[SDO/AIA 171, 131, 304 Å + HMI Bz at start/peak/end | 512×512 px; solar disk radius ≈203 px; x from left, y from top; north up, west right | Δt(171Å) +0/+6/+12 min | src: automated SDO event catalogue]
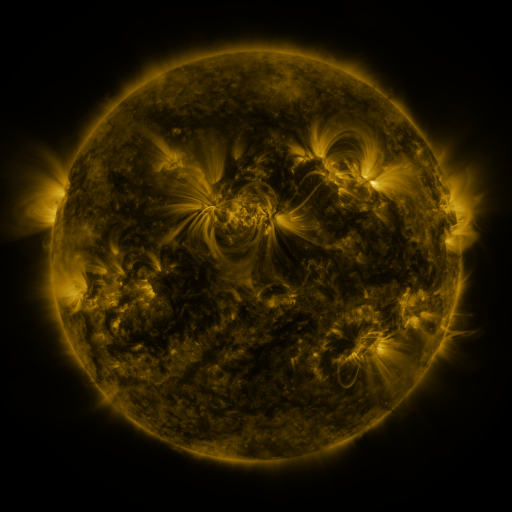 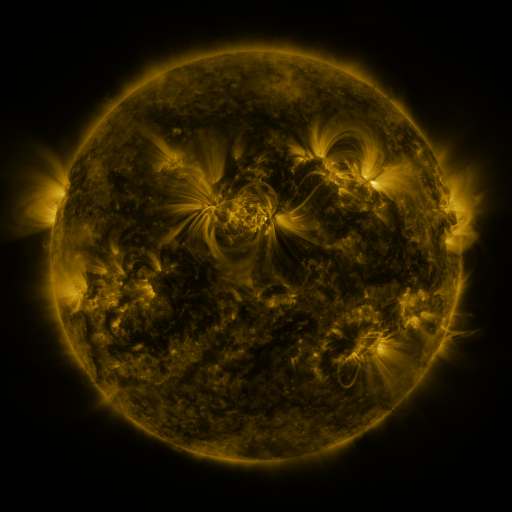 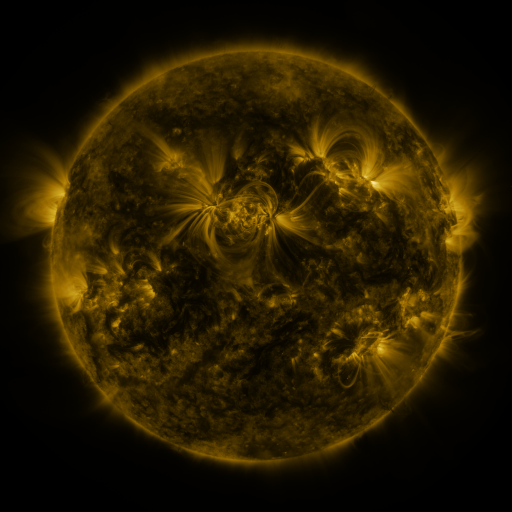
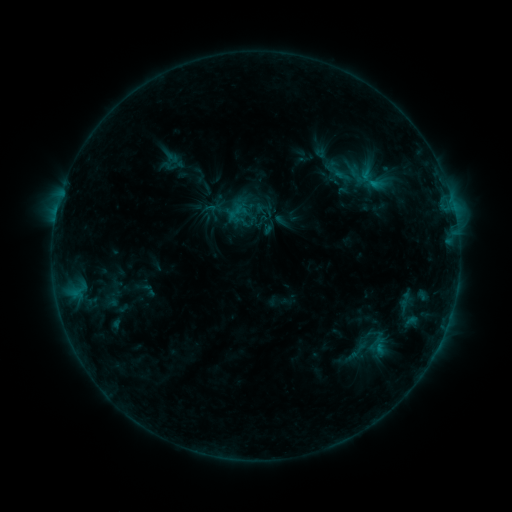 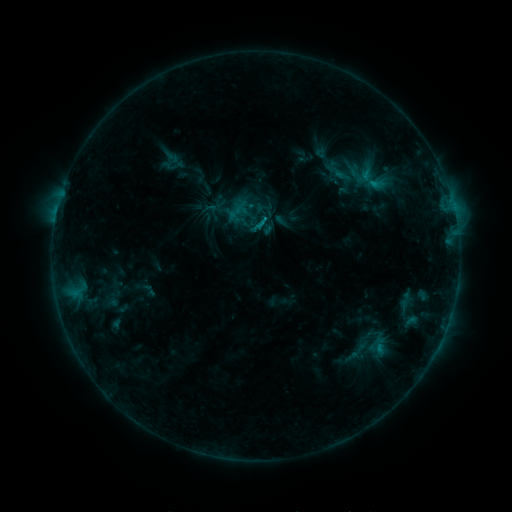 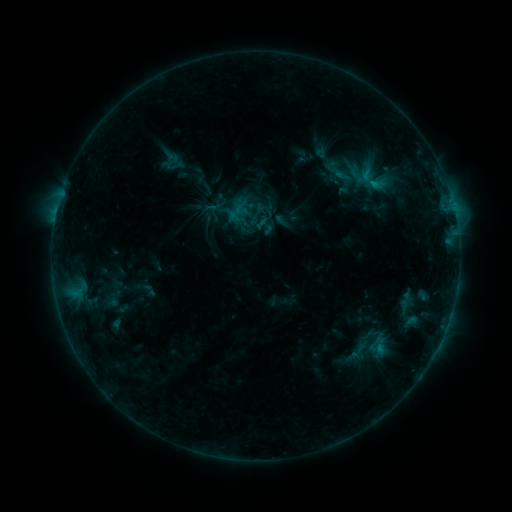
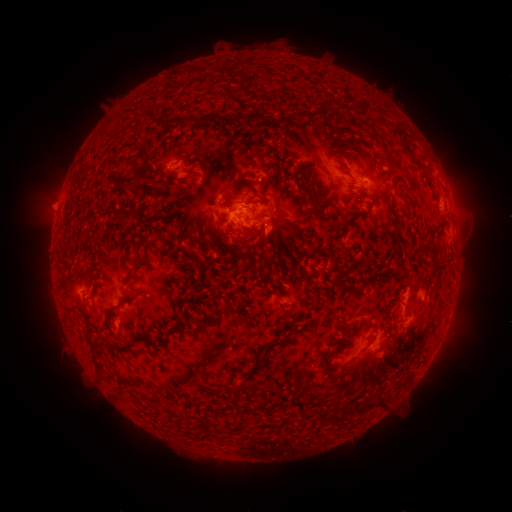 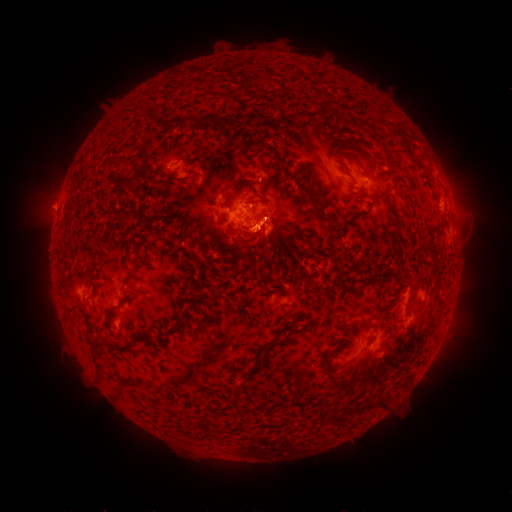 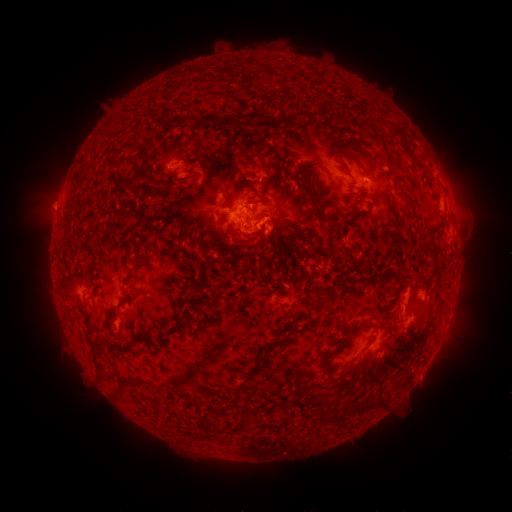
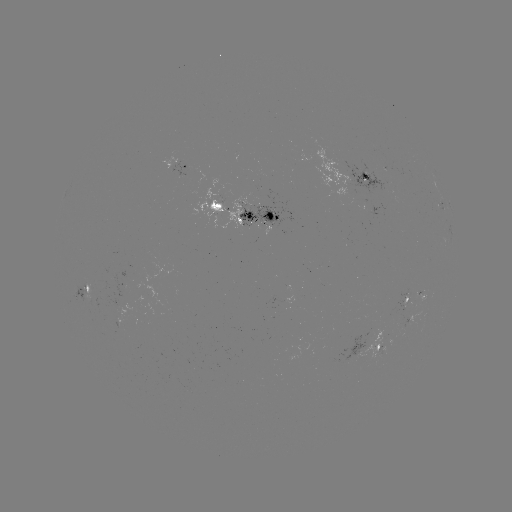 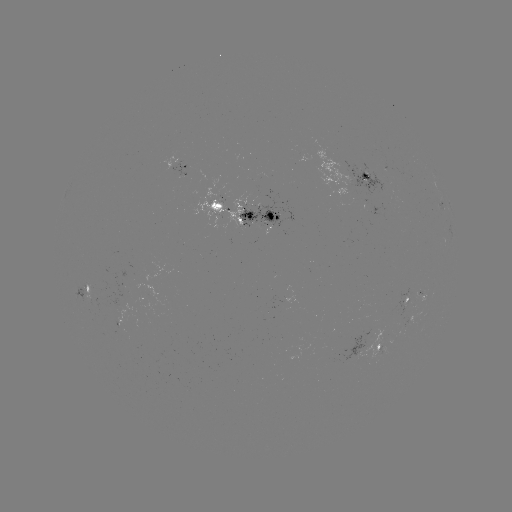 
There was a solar flare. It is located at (263, 222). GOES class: B8.7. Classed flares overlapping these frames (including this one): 1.